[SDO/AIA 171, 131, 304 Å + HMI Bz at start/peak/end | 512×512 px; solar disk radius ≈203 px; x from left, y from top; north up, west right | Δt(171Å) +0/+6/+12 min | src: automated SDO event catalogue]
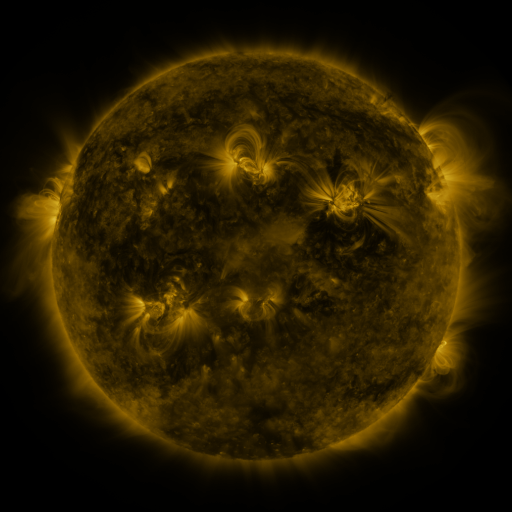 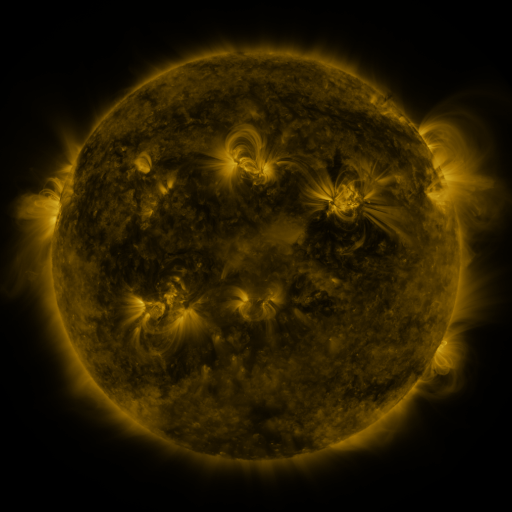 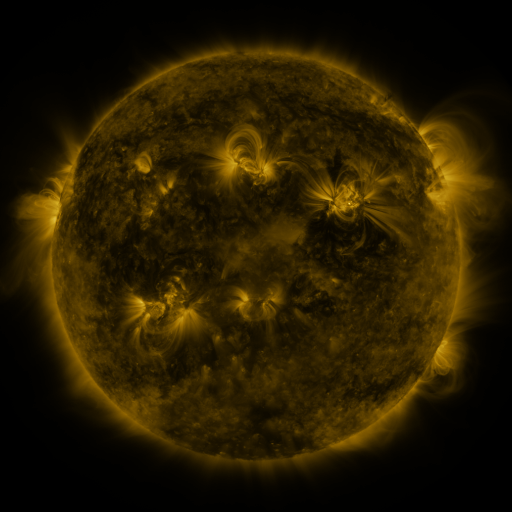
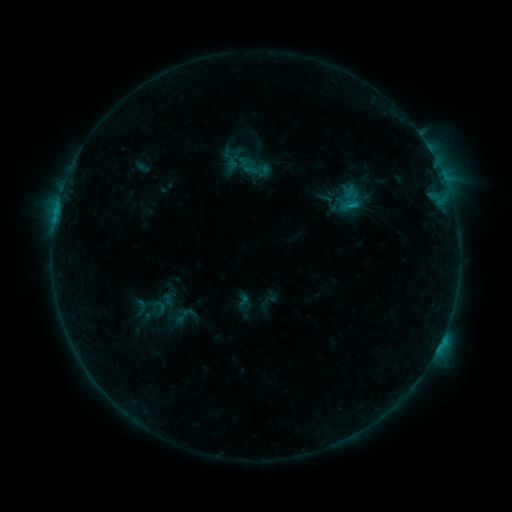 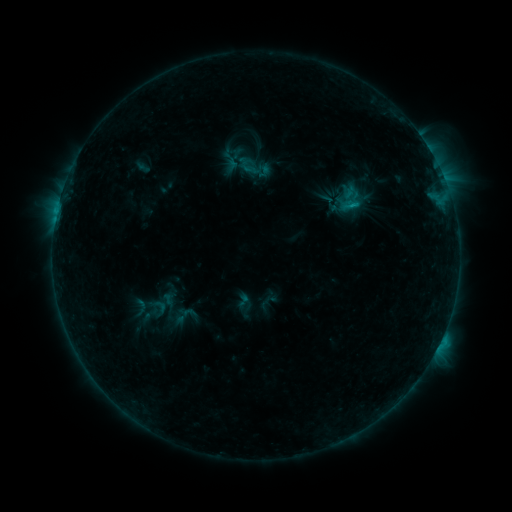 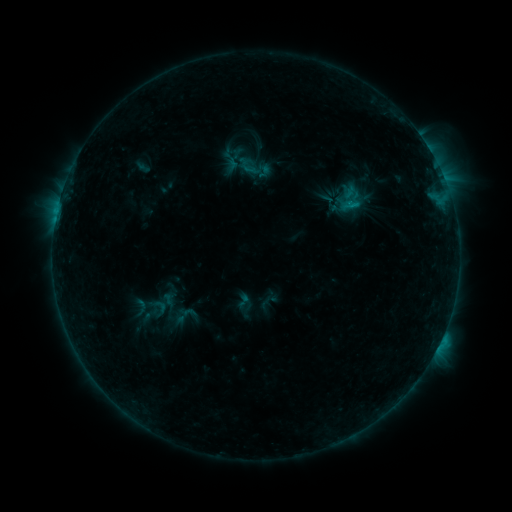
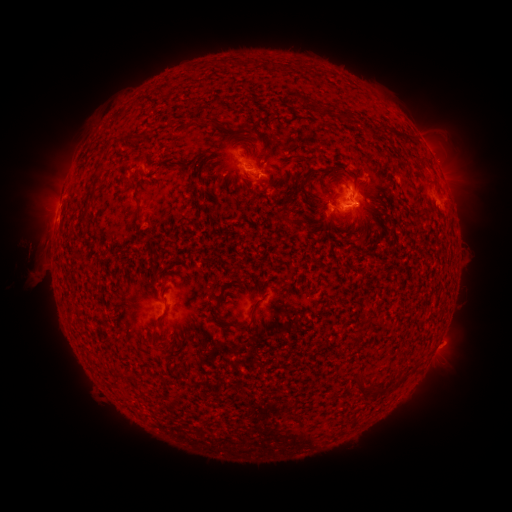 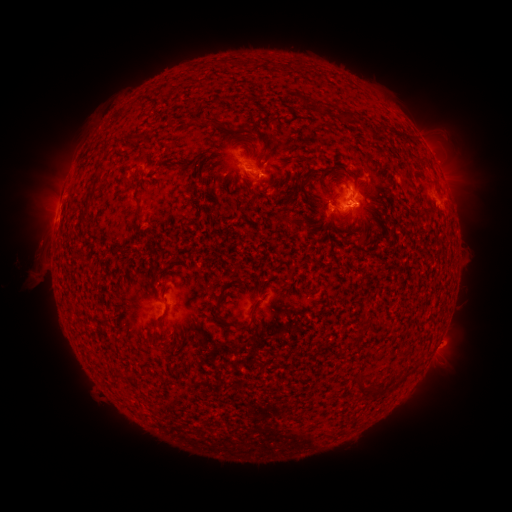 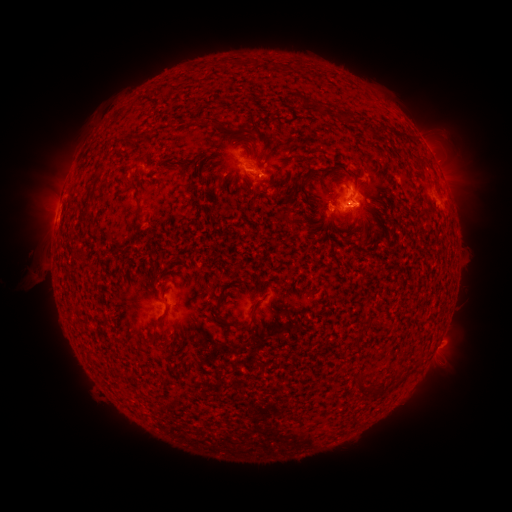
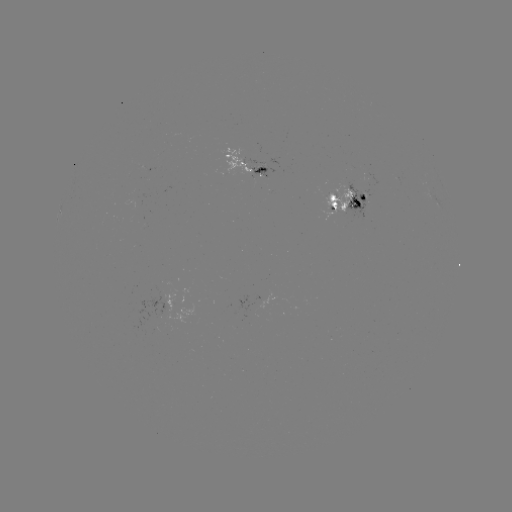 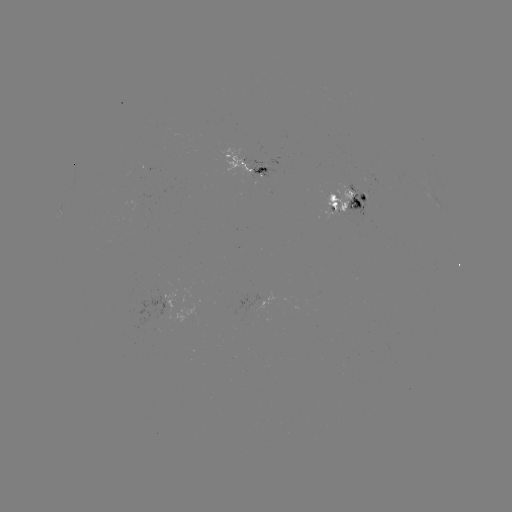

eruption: <bbox>8, 223, 57, 273</bbox>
